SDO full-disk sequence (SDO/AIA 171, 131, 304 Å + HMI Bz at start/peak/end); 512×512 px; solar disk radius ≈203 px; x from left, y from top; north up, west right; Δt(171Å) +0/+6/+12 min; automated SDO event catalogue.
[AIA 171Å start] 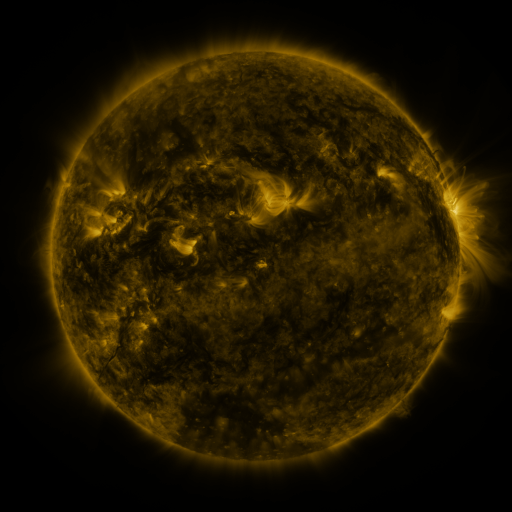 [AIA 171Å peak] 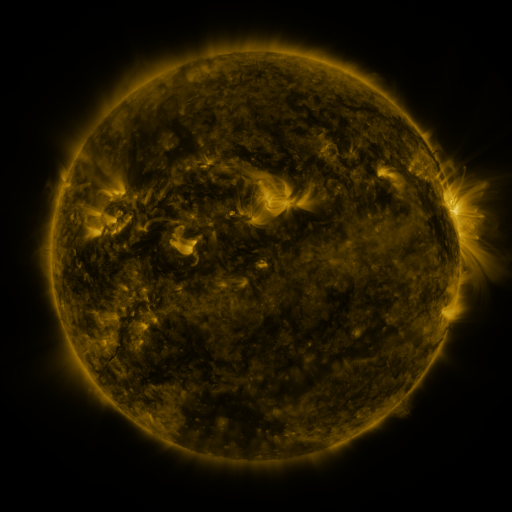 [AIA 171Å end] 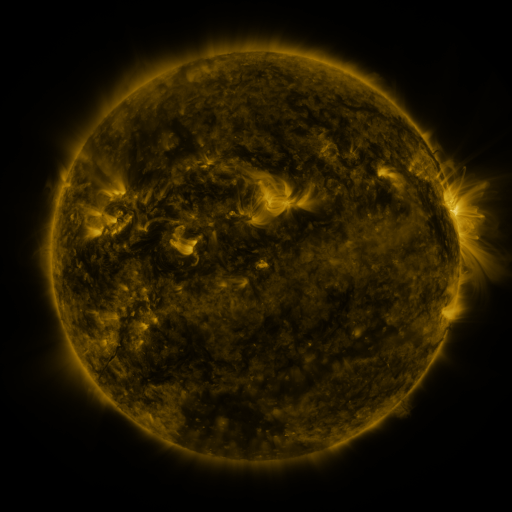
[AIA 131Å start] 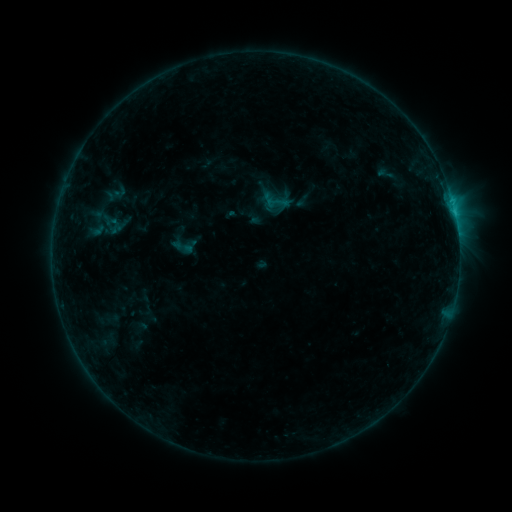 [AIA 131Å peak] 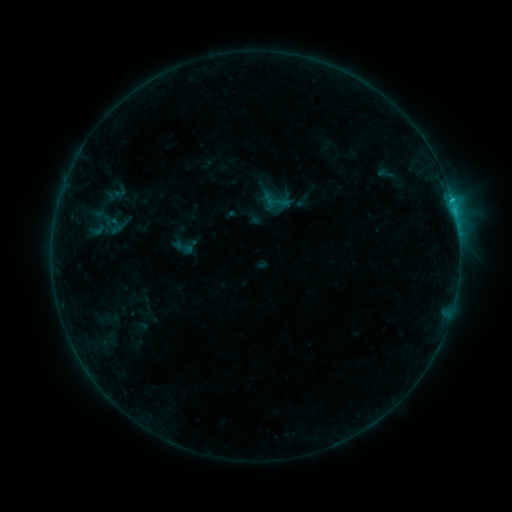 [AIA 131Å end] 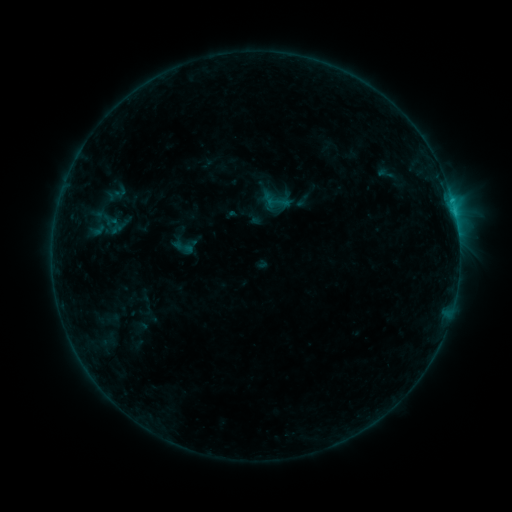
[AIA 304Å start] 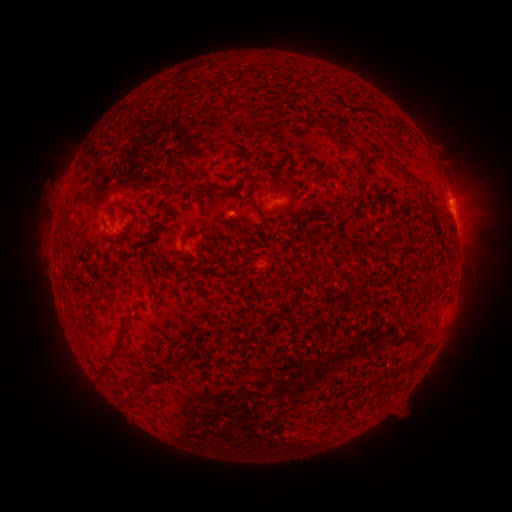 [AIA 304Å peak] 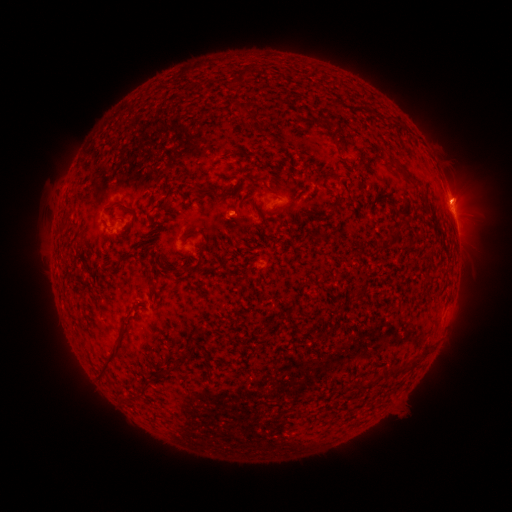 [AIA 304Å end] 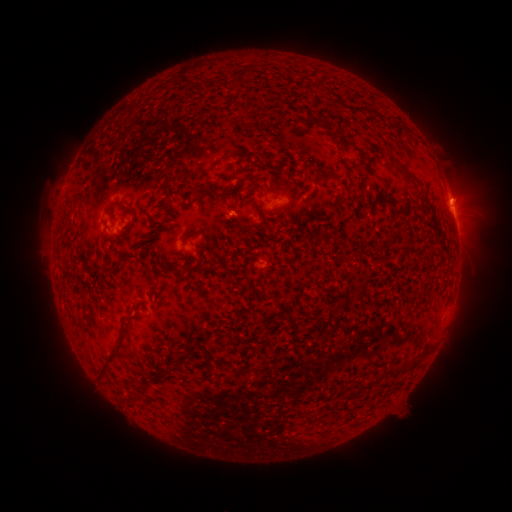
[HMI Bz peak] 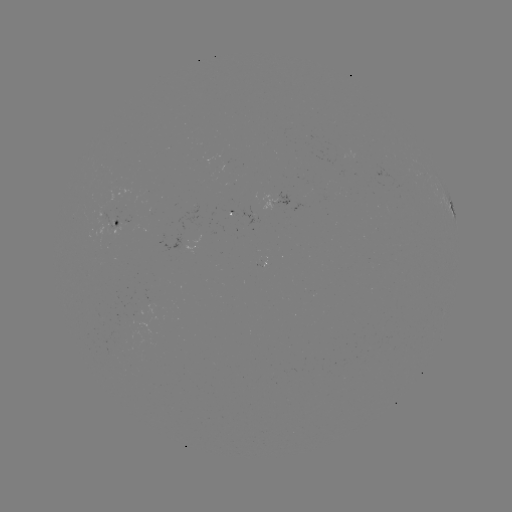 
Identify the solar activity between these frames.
C1.2 flare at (451, 202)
